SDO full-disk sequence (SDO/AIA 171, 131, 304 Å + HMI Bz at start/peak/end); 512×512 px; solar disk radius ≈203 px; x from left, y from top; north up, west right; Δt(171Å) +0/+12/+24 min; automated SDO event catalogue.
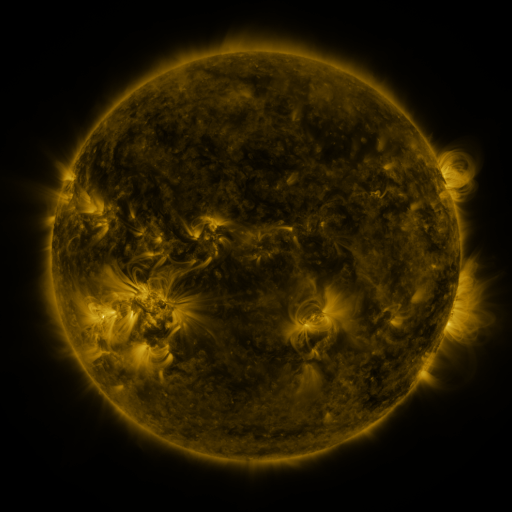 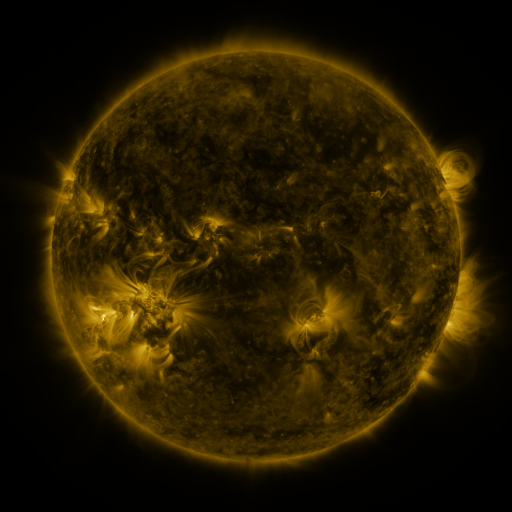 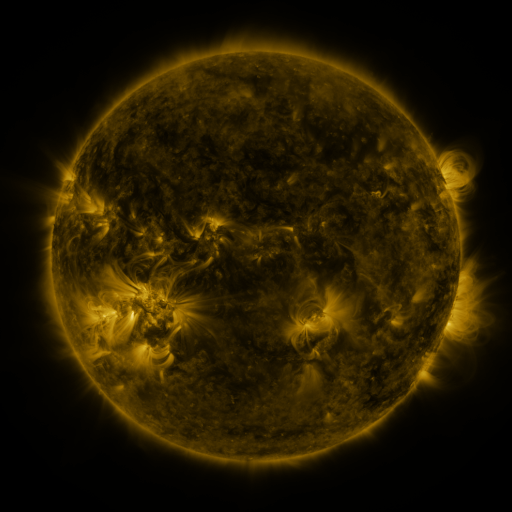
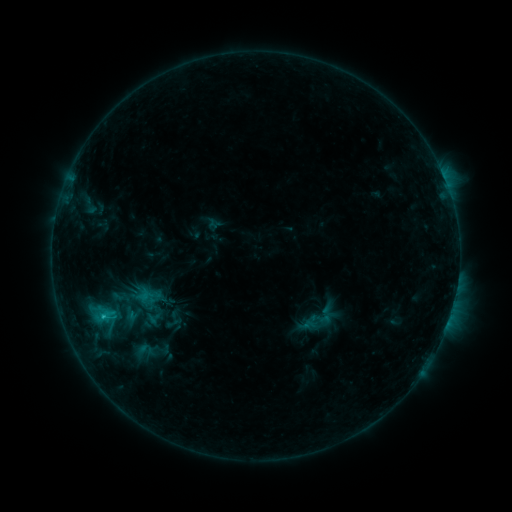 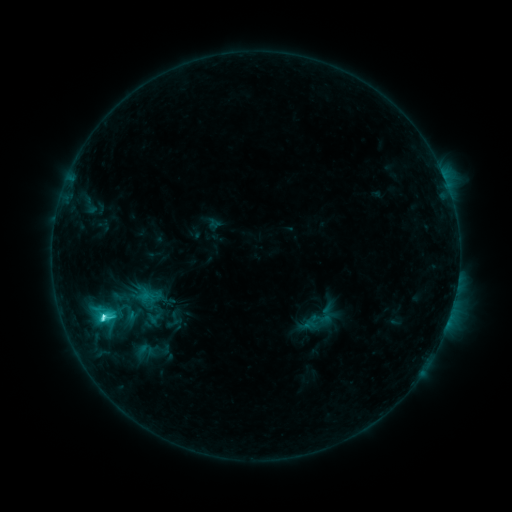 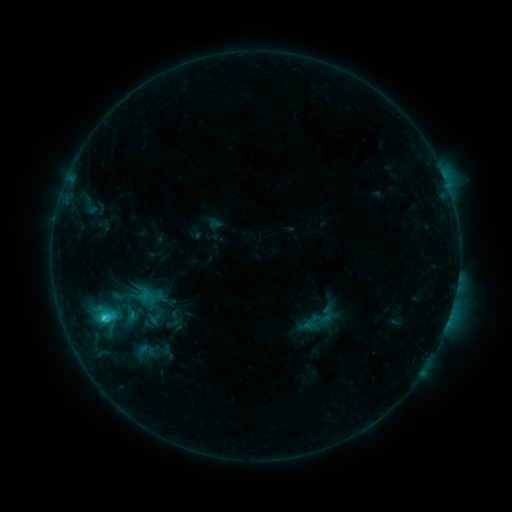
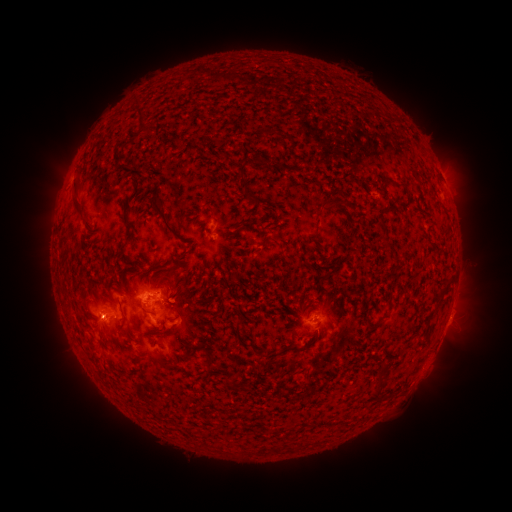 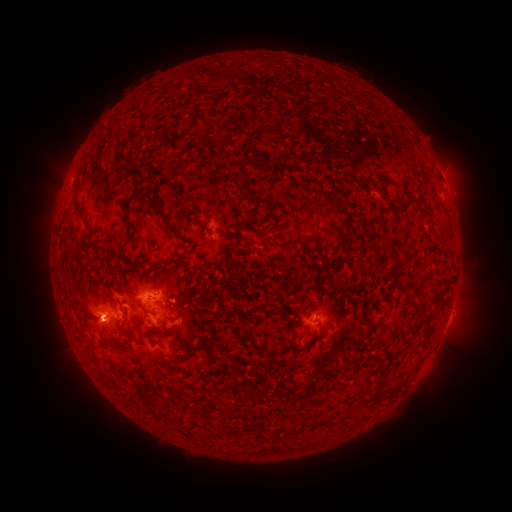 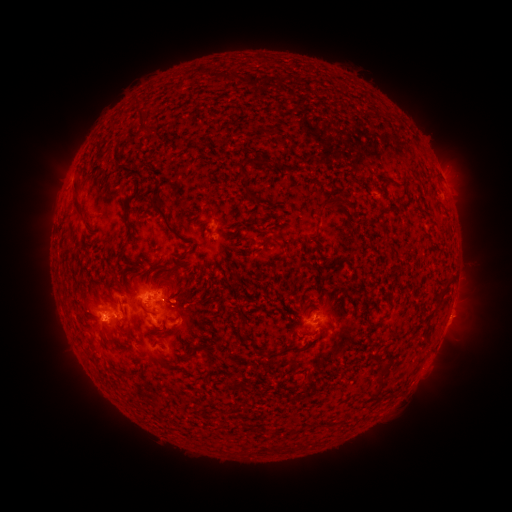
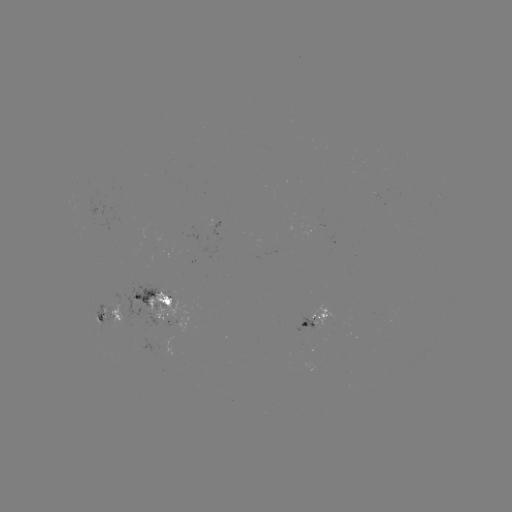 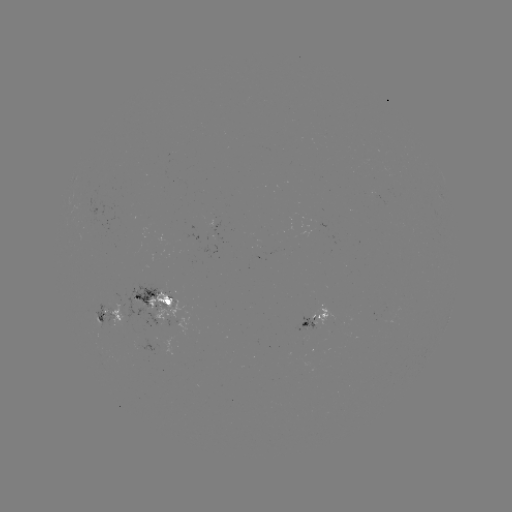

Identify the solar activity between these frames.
C3.6 flare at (103, 315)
